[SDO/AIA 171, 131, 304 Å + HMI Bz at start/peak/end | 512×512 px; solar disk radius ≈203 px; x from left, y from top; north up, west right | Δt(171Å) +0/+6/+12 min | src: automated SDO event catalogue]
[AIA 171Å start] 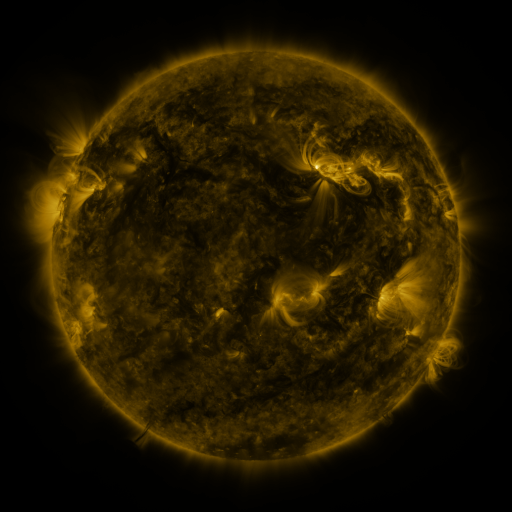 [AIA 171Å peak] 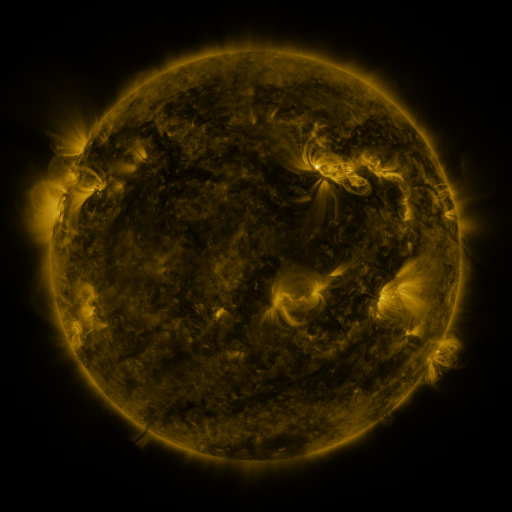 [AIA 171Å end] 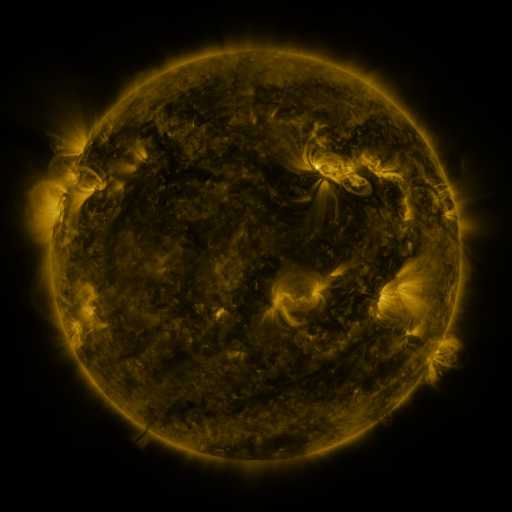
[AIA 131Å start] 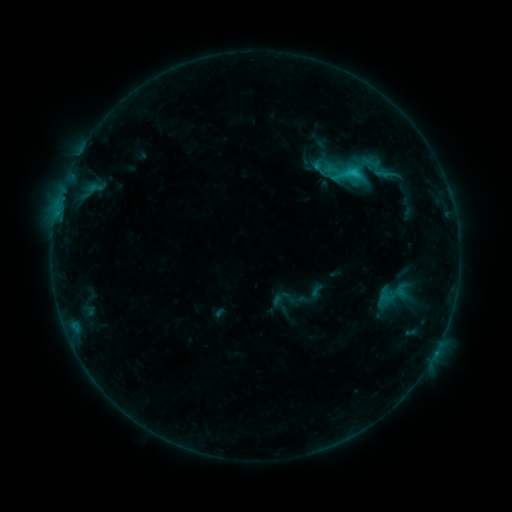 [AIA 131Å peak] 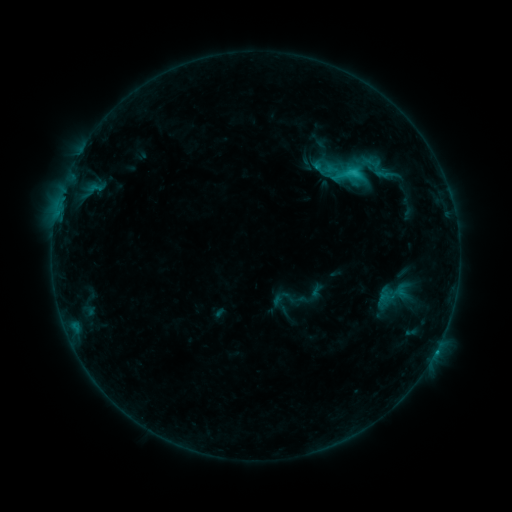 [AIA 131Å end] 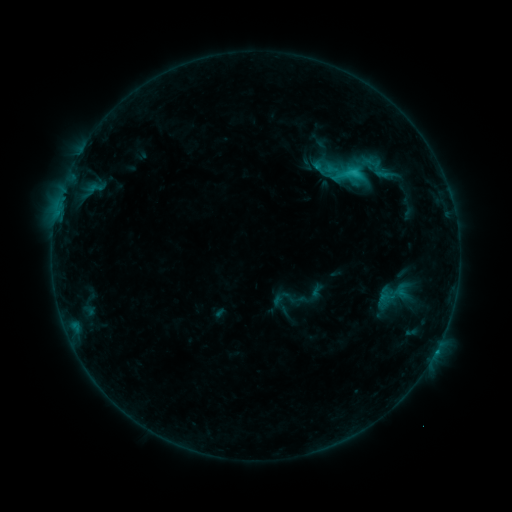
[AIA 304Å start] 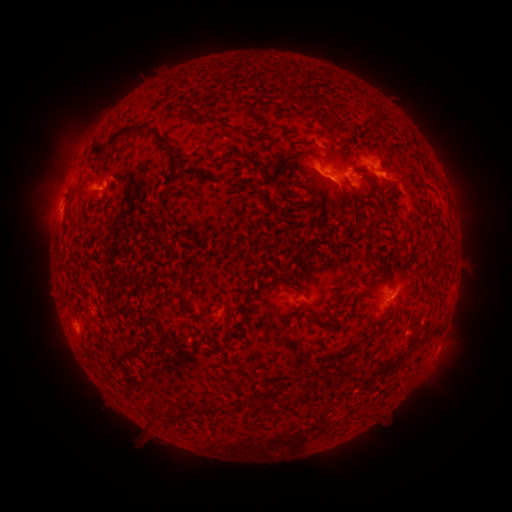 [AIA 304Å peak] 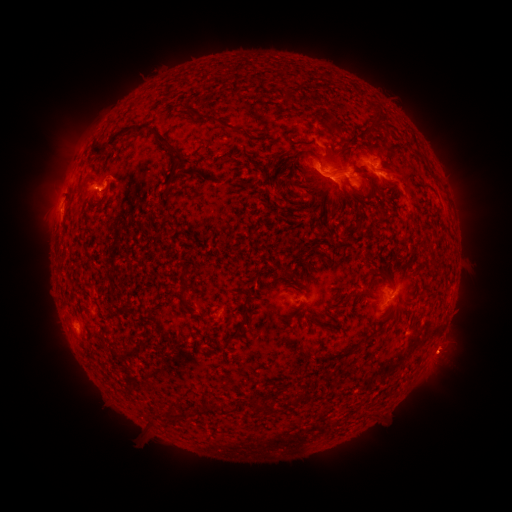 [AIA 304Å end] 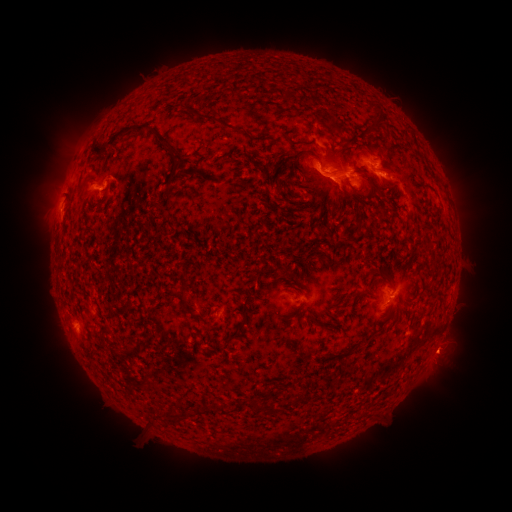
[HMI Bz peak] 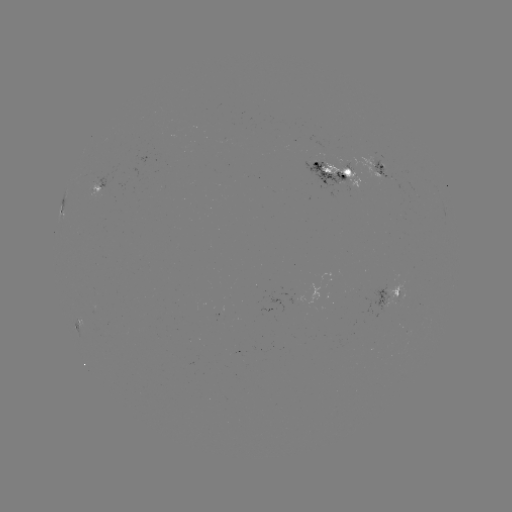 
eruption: [422, 327, 469, 376]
